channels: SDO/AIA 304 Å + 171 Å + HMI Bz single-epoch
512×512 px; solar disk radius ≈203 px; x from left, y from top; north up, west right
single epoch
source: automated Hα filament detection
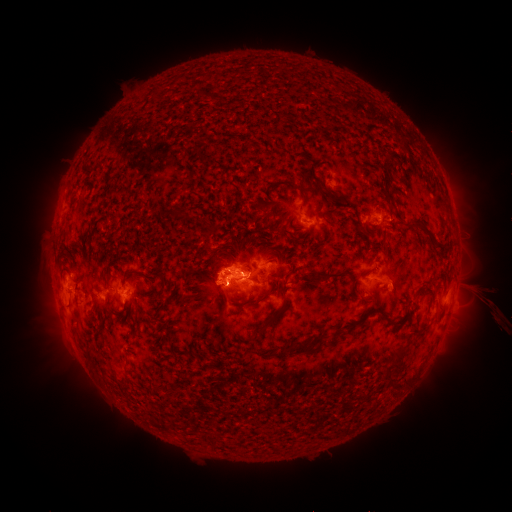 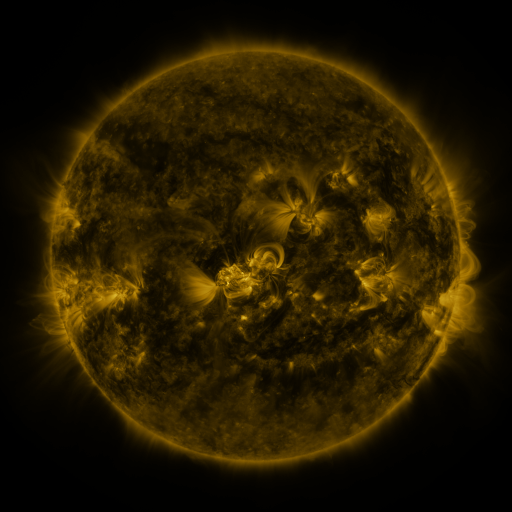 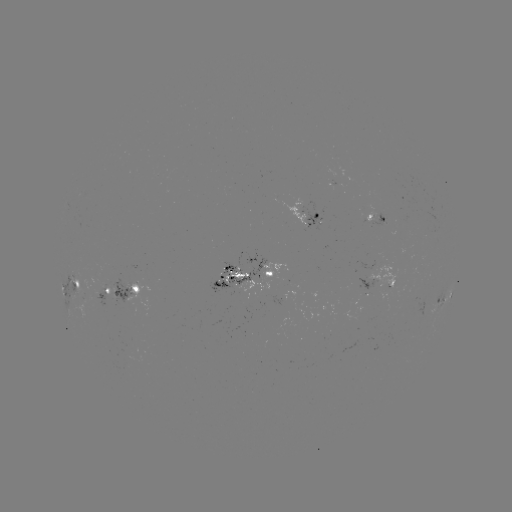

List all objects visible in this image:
filament: <bbox>382, 190, 397, 208</bbox>
filament: <bbox>138, 200, 149, 209</bbox>
filament: <bbox>405, 215, 431, 233</bbox>
filament: <bbox>354, 223, 368, 235</bbox>
filament: <bbox>286, 265, 294, 278</bbox>
filament: <bbox>124, 270, 157, 284</bbox>
filament: <bbox>158, 271, 167, 286</bbox>
filament: <bbox>300, 274, 320, 285</bbox>
filament: <bbox>249, 275, 264, 285</bbox>
filament: <bbox>243, 288, 273, 307</bbox>
filament: <bbox>358, 306, 404, 325</bbox>
filament: <bbox>251, 309, 277, 337</bbox>
filament: <bbox>277, 329, 331, 357</bbox>
filament: <bbox>391, 356, 405, 370</bbox>
filament: <bbox>121, 368, 131, 388</bbox>
filament: <bbox>390, 376, 405, 388</bbox>
